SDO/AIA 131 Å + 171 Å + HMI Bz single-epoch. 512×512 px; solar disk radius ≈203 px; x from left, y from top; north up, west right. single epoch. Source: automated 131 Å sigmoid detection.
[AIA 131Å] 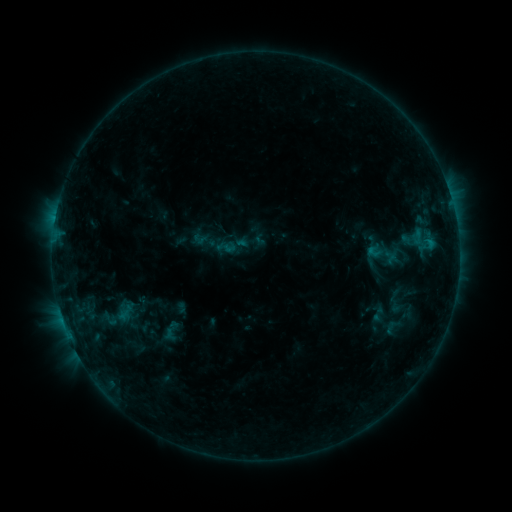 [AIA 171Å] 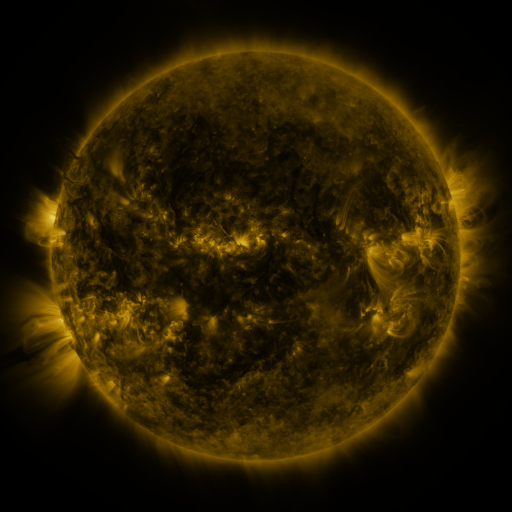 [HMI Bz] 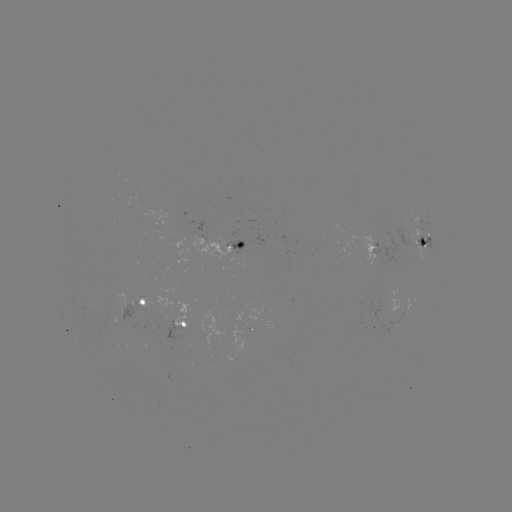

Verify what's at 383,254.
sigmoid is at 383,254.